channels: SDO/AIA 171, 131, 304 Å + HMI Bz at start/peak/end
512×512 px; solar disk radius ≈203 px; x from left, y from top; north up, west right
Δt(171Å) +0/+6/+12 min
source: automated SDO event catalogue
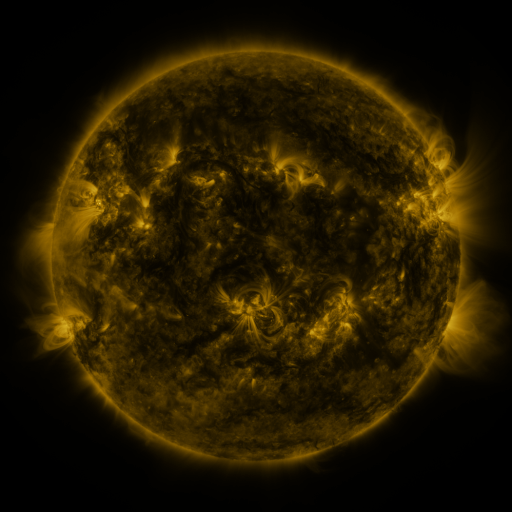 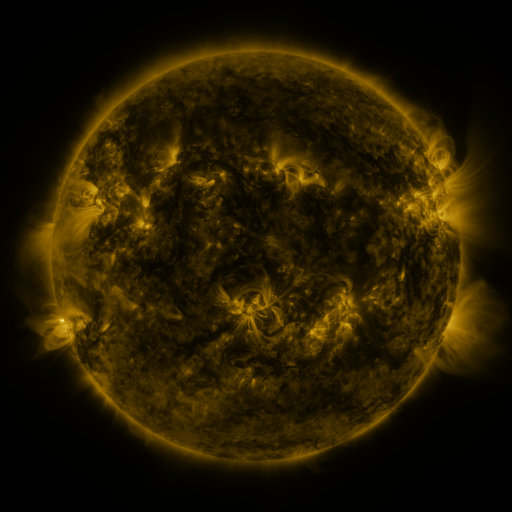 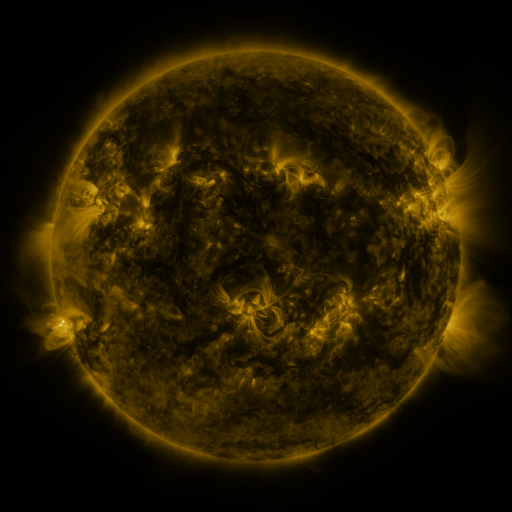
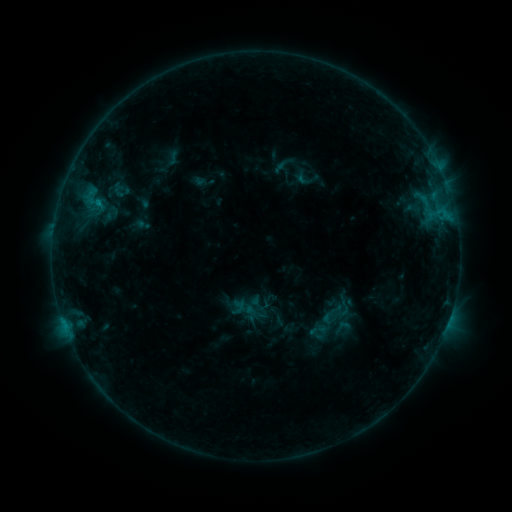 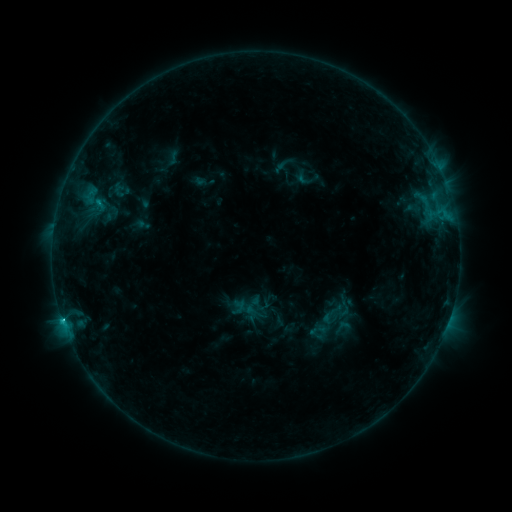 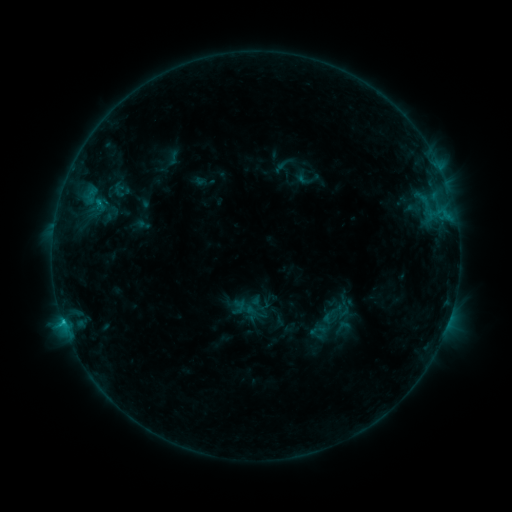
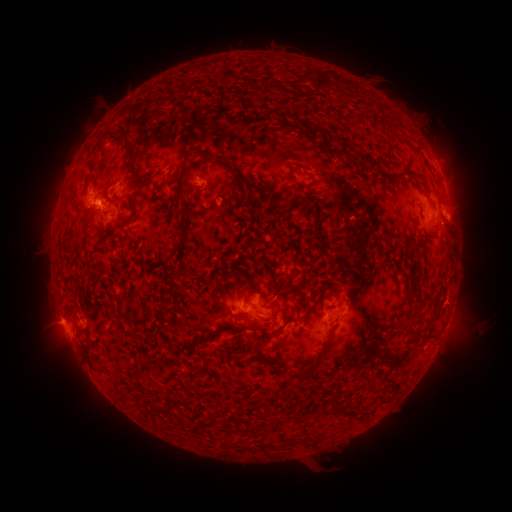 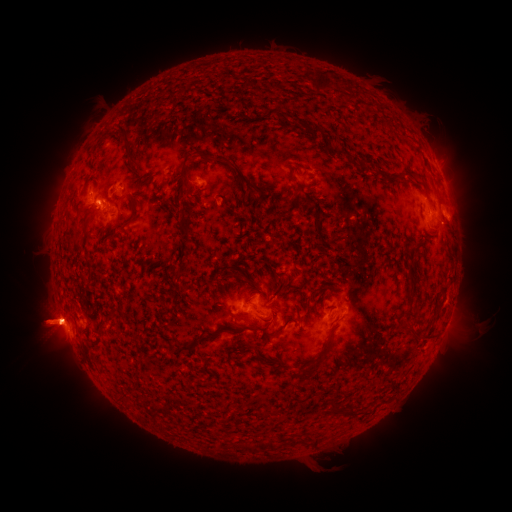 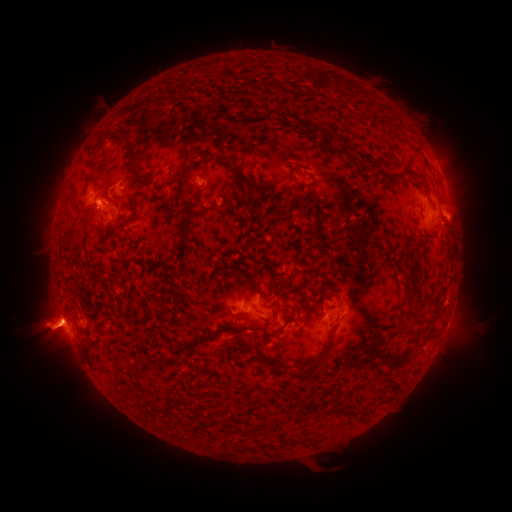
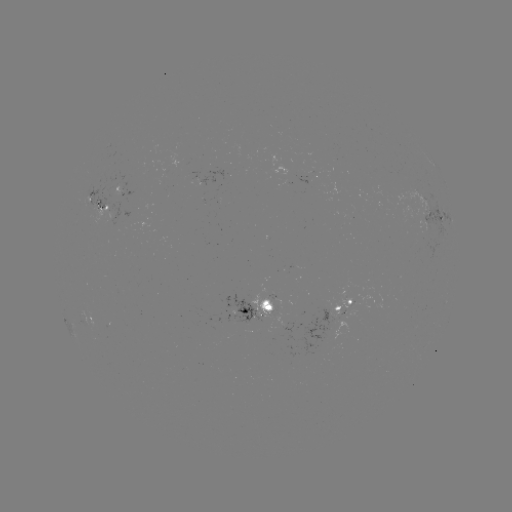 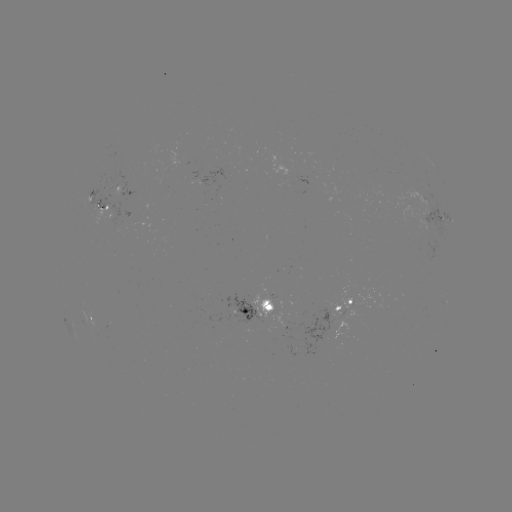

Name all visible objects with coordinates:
C1.7 flare: (62, 318)
